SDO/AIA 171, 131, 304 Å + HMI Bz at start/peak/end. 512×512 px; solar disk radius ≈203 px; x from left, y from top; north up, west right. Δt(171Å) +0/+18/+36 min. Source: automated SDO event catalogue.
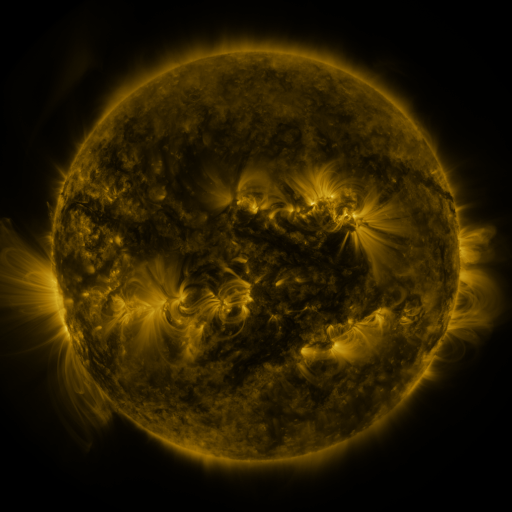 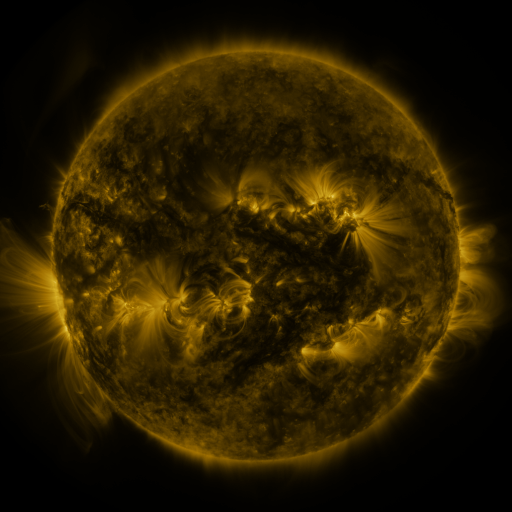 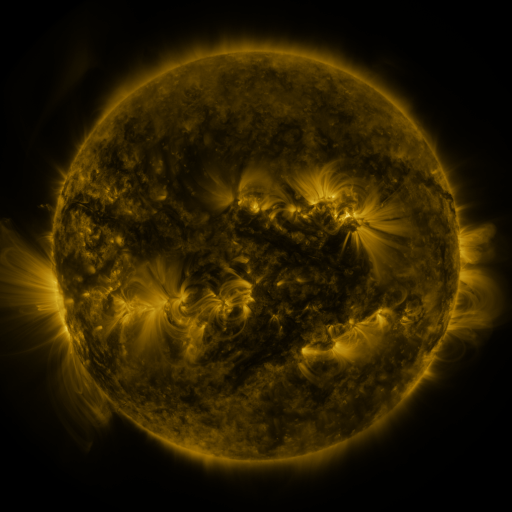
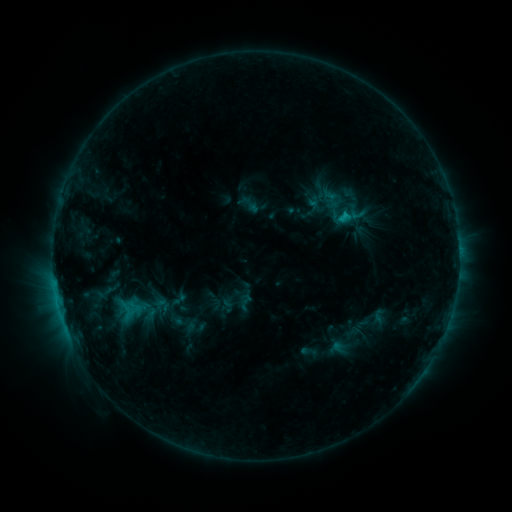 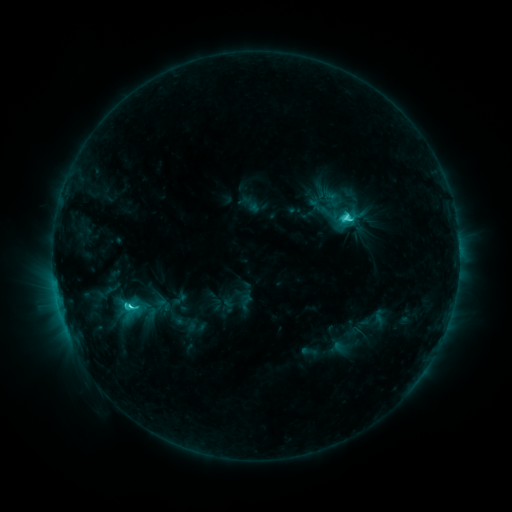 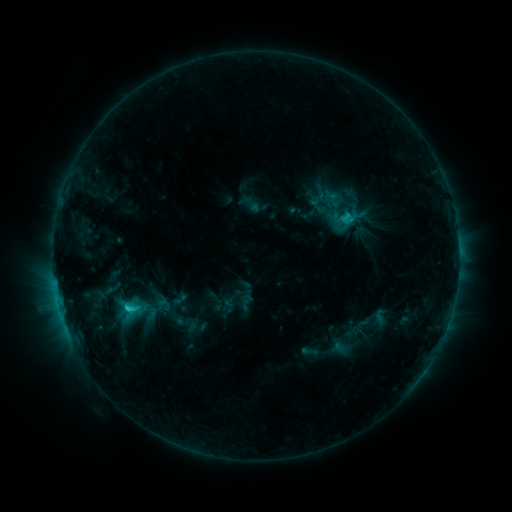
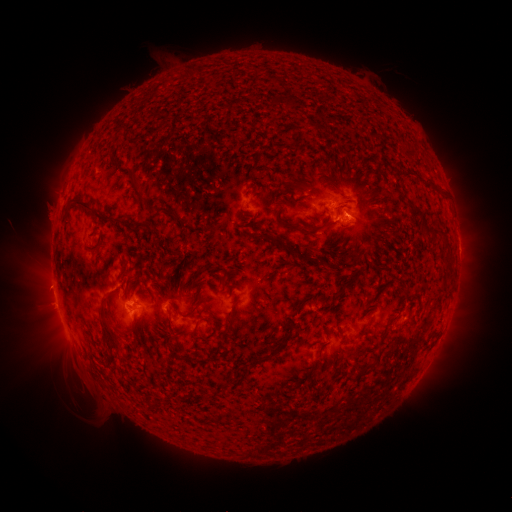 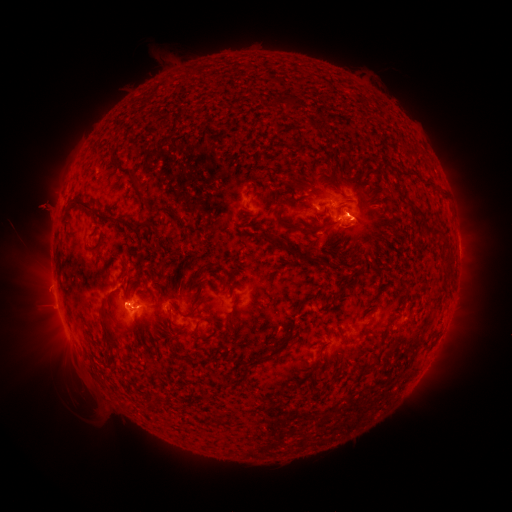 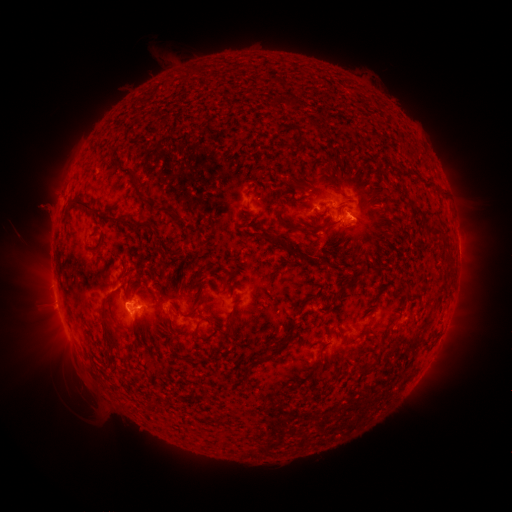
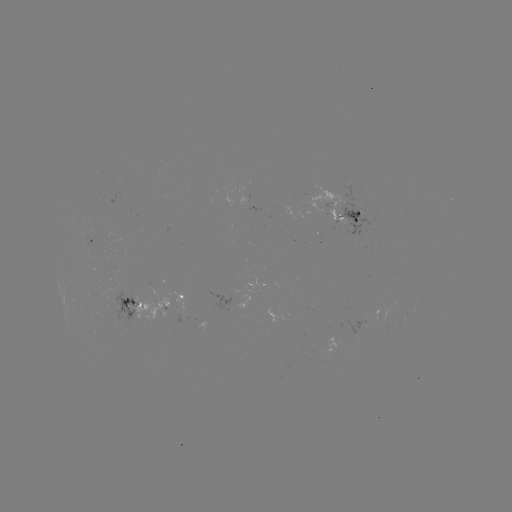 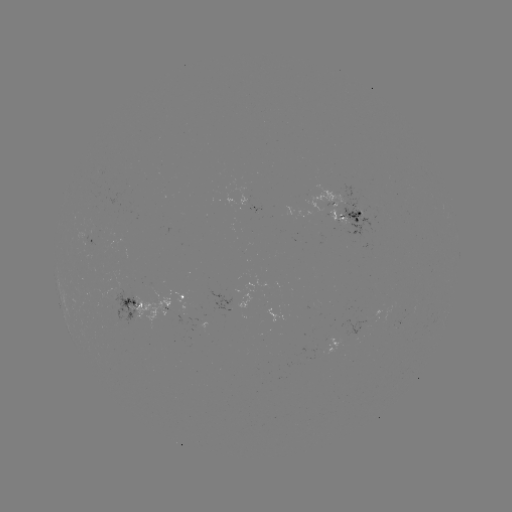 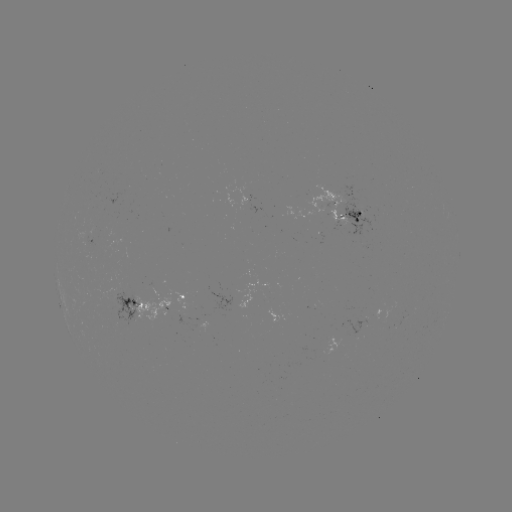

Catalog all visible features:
C5.1 flare: (130, 306)
